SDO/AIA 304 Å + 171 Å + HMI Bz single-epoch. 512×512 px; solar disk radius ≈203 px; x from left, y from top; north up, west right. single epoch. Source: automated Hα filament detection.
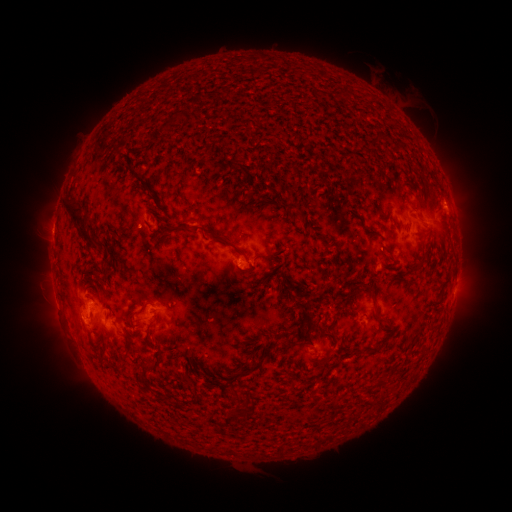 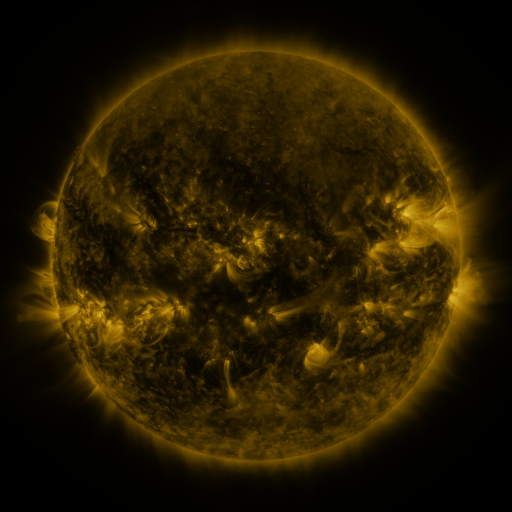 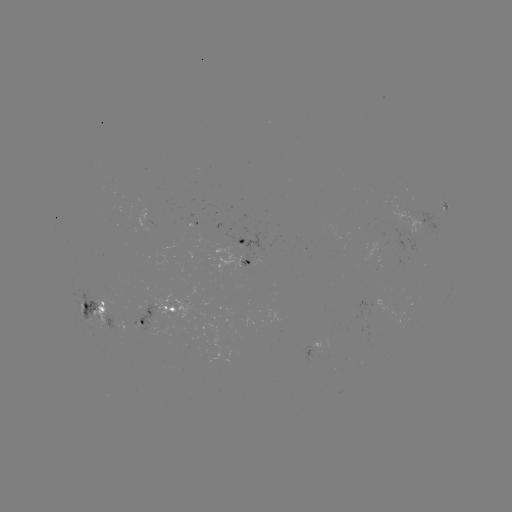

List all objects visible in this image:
filament: (193, 119)
filament: (165, 125)
filament: (132, 172)
filament: (147, 192)
filament: (283, 205)
filament: (161, 218)
filament: (300, 218)
filament: (82, 228)
filament: (241, 252)
filament: (152, 253)
filament: (282, 274)
filament: (249, 275)
filament: (223, 276)
filament: (104, 286)
filament: (352, 287)
filament: (258, 289)
filament: (294, 291)
filament: (373, 296)
filament: (153, 305)
filament: (305, 305)
filament: (285, 334)
filament: (302, 334)
filament: (187, 338)
filament: (373, 348)
filament: (160, 349)
filament: (257, 351)
filament: (195, 355)
filament: (263, 363)
filament: (159, 367)
filament: (186, 378)
